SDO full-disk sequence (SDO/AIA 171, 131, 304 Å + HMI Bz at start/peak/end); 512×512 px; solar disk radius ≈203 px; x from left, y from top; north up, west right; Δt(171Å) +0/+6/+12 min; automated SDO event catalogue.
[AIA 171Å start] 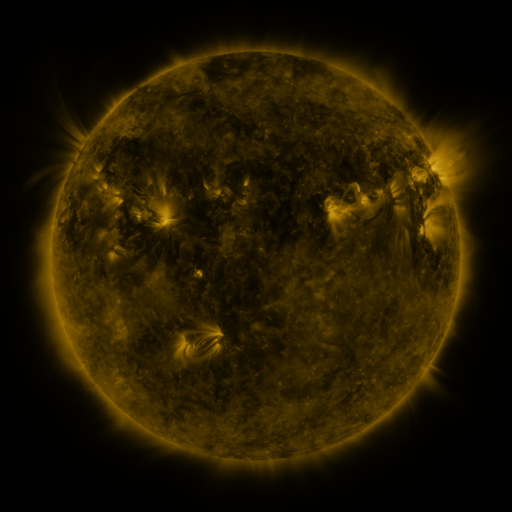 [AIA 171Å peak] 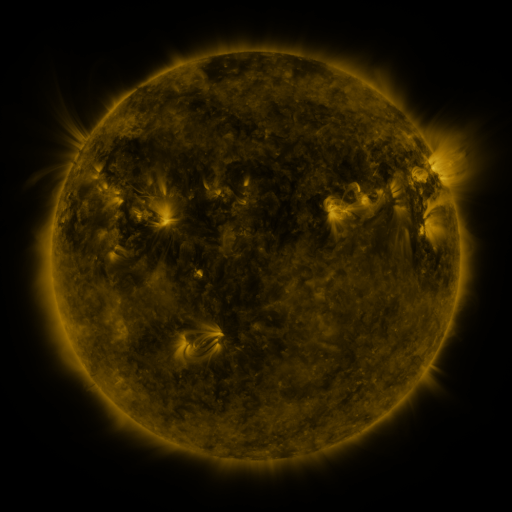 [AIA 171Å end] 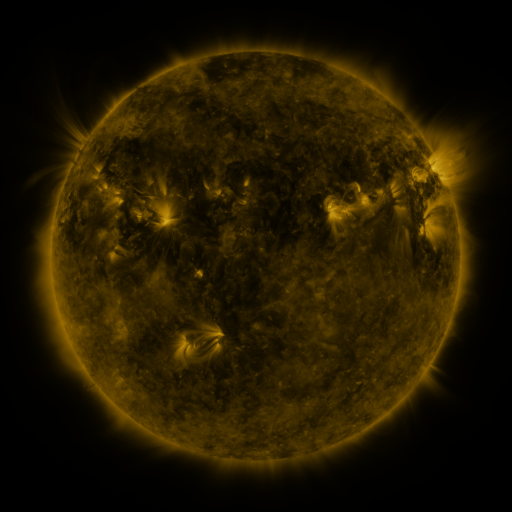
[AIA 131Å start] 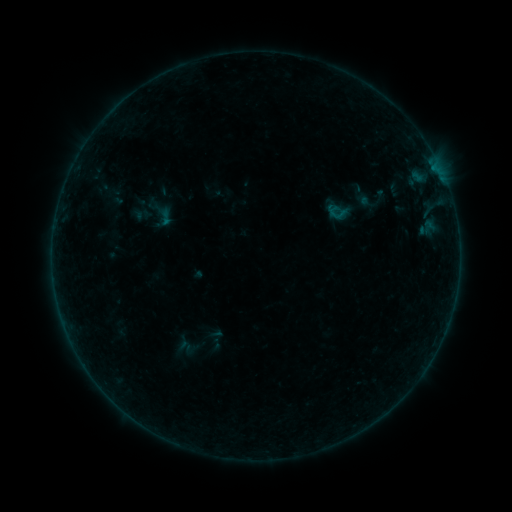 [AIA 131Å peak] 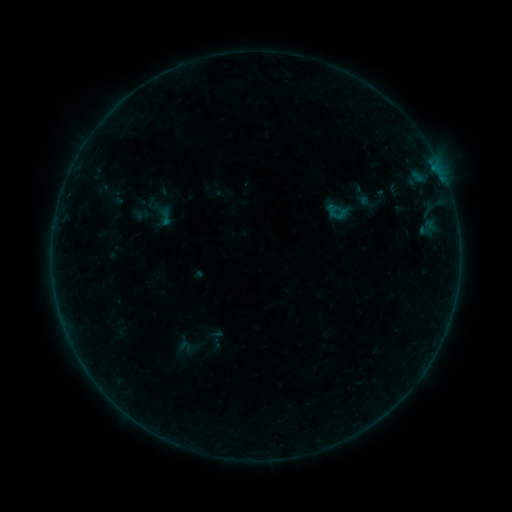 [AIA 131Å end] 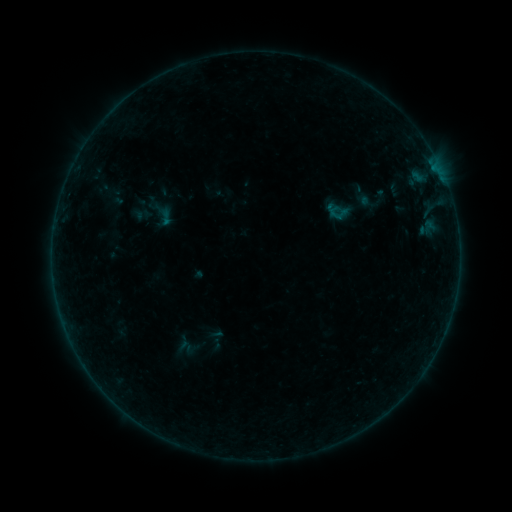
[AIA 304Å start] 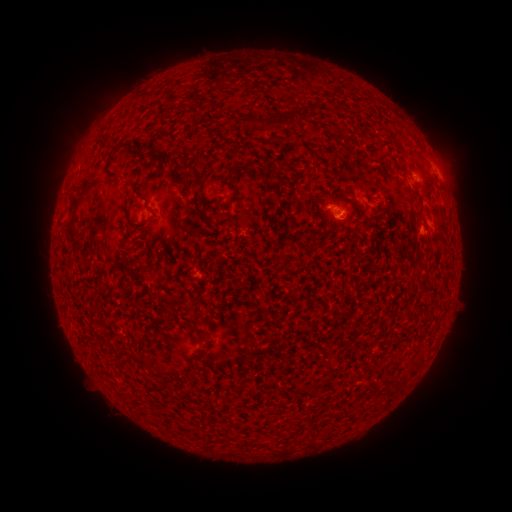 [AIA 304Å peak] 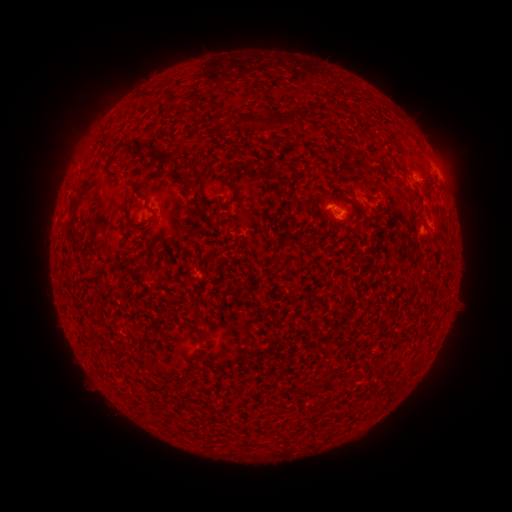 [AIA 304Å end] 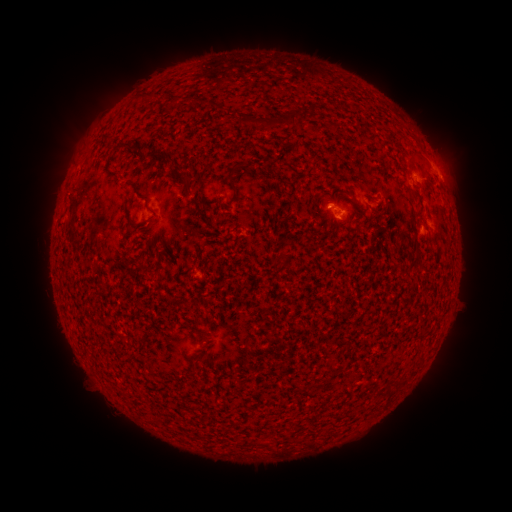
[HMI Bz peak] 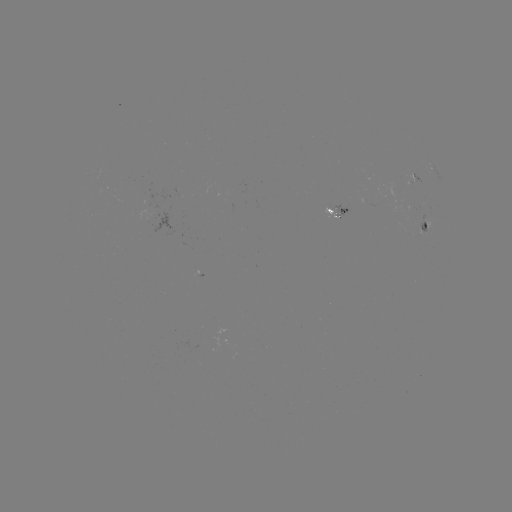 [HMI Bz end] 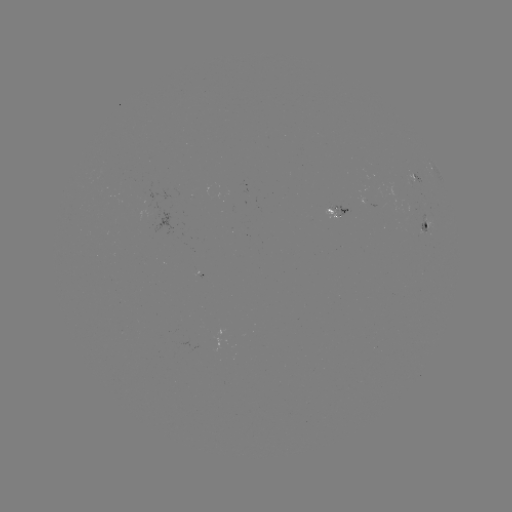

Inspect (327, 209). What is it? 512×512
B1.0 flare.